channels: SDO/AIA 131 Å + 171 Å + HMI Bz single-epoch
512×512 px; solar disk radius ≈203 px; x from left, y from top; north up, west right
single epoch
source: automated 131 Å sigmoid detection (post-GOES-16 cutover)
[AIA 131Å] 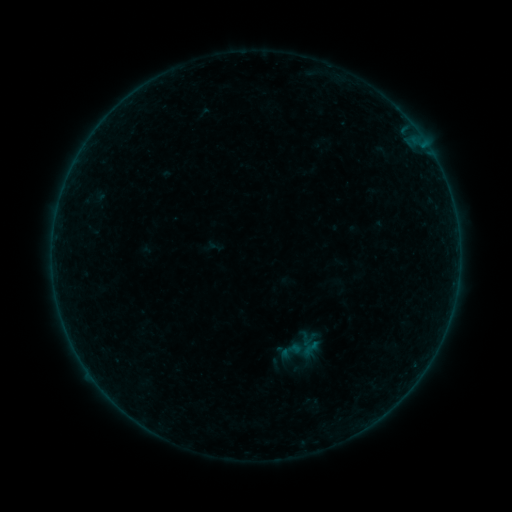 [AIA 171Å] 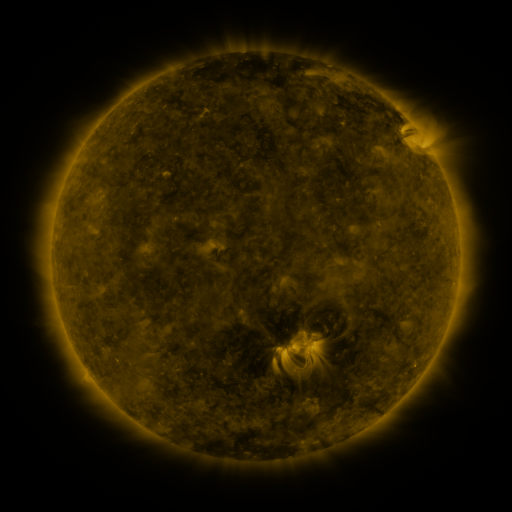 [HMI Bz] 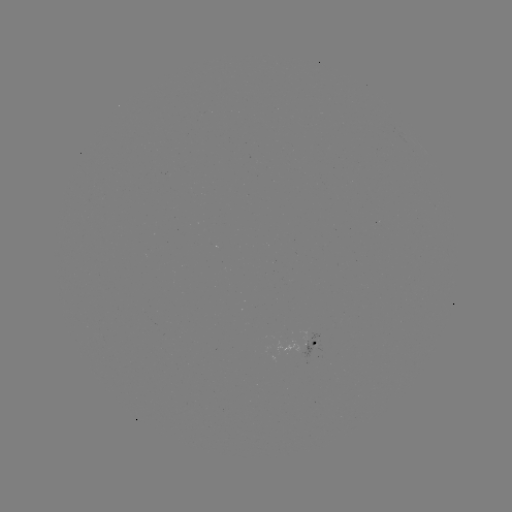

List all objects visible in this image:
sigmoid: <bbox>302, 339, 320, 356</bbox>
